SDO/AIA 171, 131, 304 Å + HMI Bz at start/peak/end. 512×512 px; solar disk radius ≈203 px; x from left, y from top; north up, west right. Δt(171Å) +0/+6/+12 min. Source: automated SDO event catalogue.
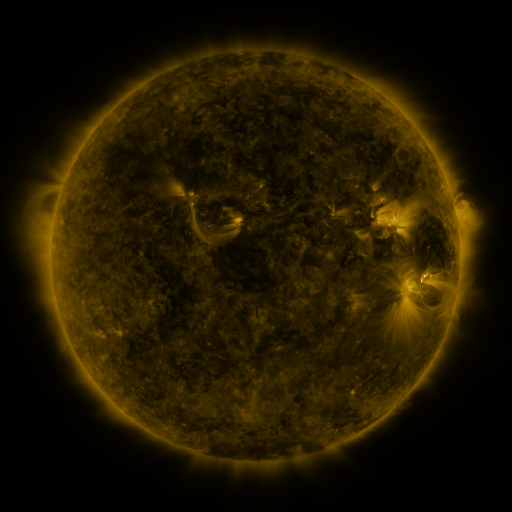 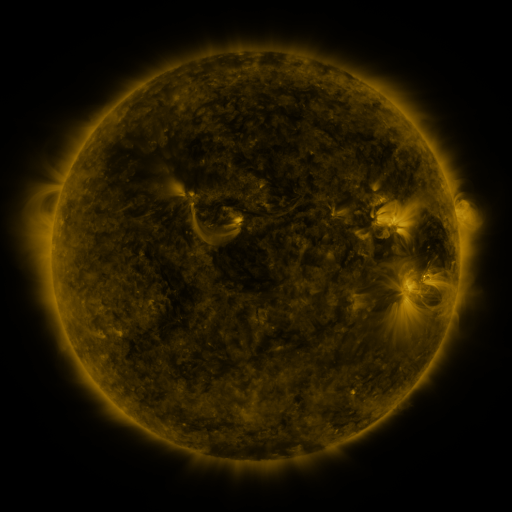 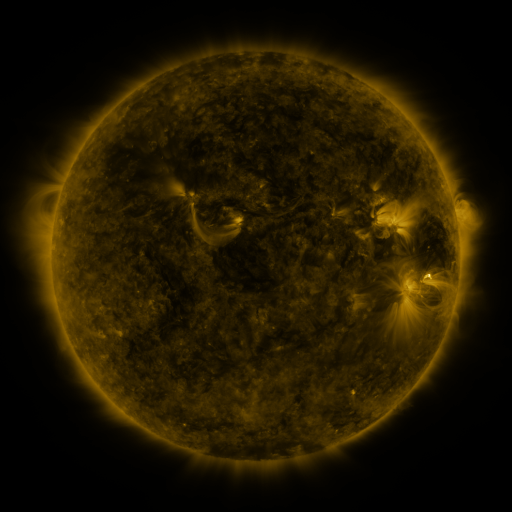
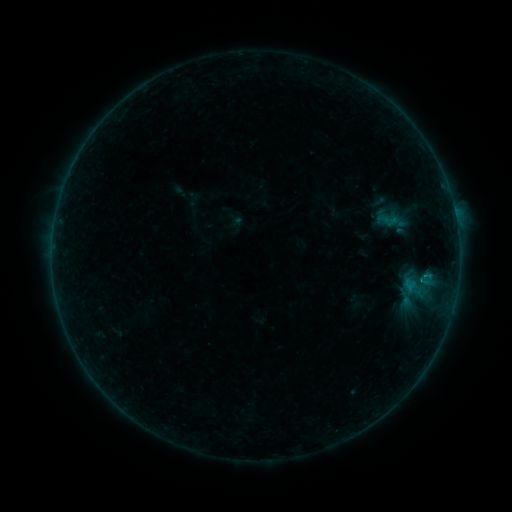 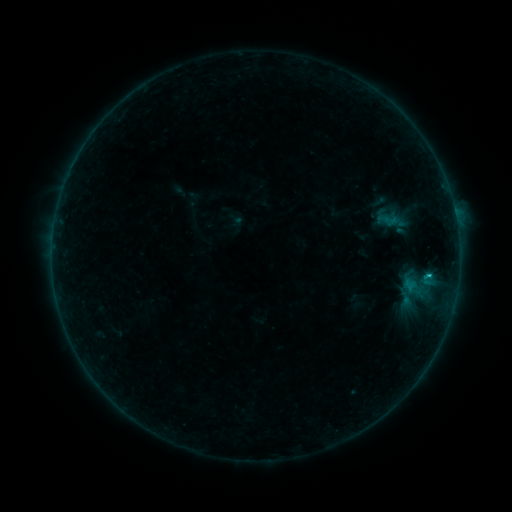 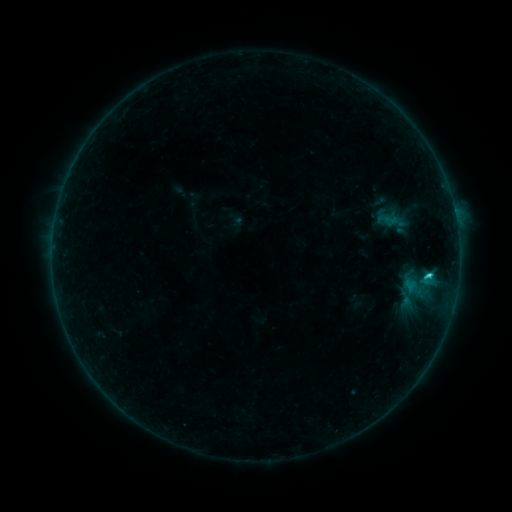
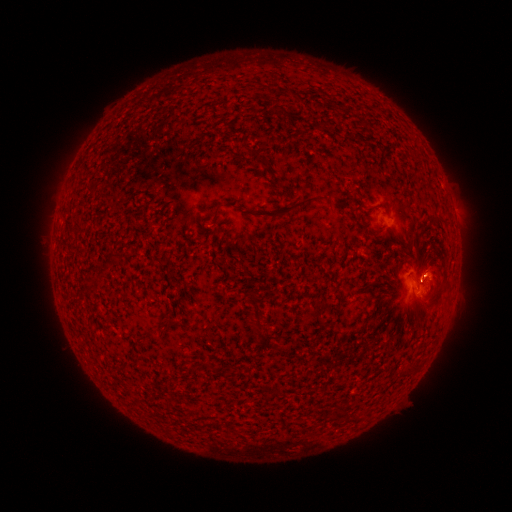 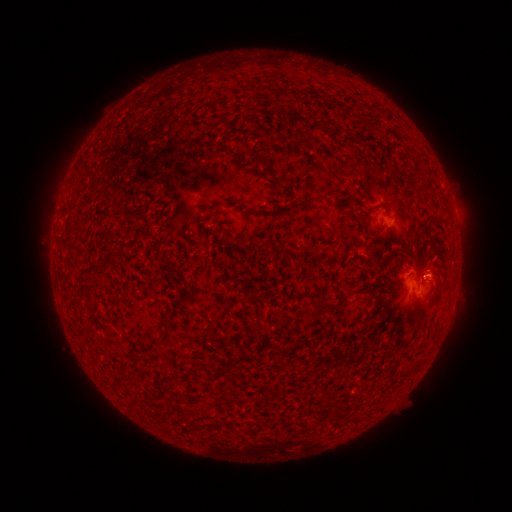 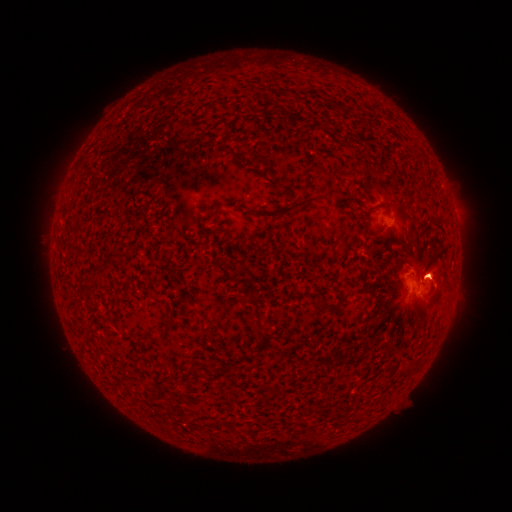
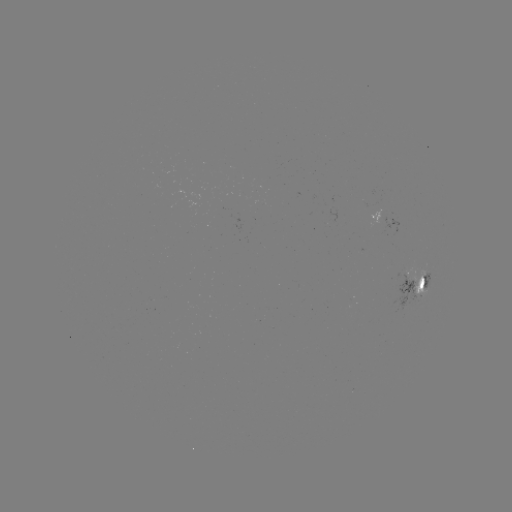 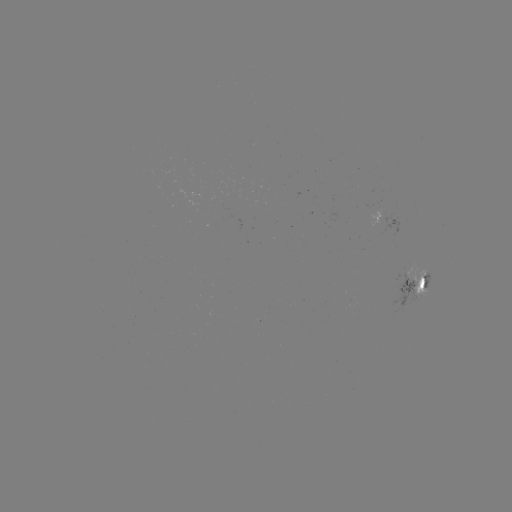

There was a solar eruption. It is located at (431, 264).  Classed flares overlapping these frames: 1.